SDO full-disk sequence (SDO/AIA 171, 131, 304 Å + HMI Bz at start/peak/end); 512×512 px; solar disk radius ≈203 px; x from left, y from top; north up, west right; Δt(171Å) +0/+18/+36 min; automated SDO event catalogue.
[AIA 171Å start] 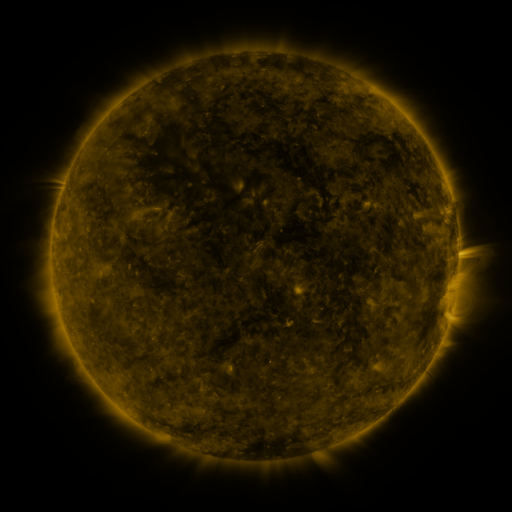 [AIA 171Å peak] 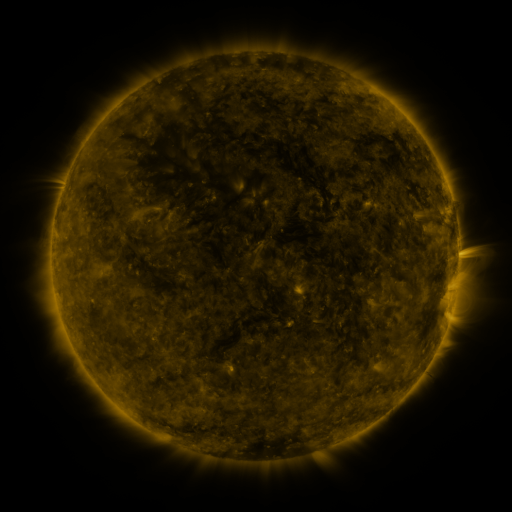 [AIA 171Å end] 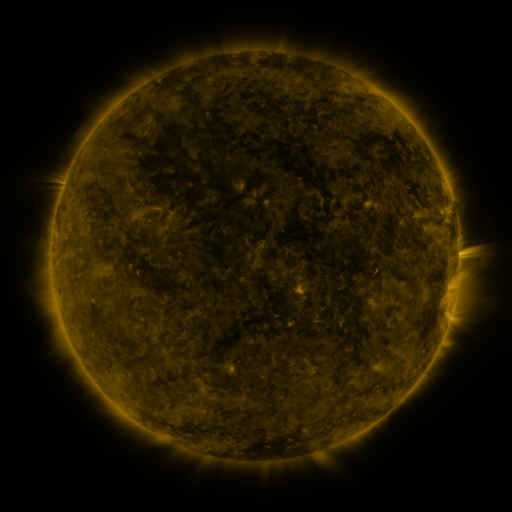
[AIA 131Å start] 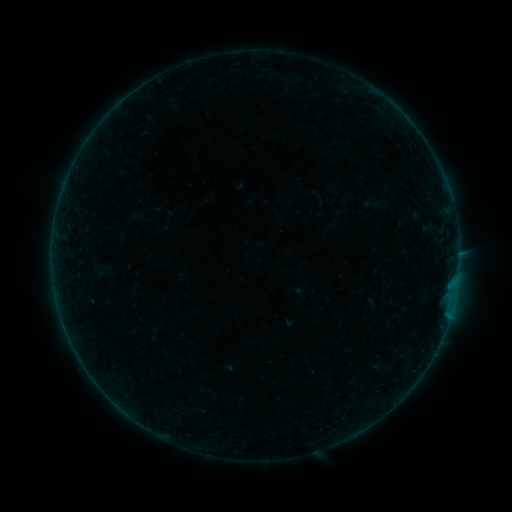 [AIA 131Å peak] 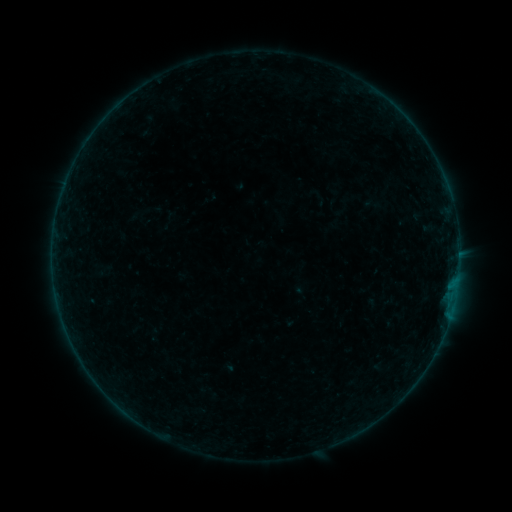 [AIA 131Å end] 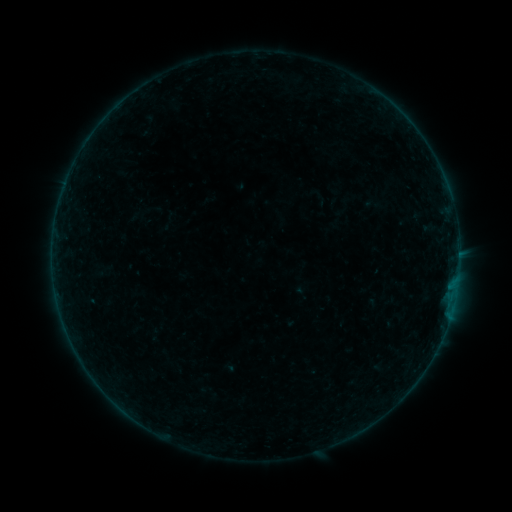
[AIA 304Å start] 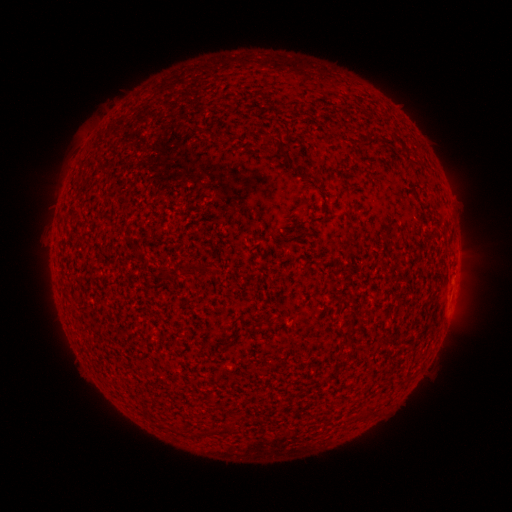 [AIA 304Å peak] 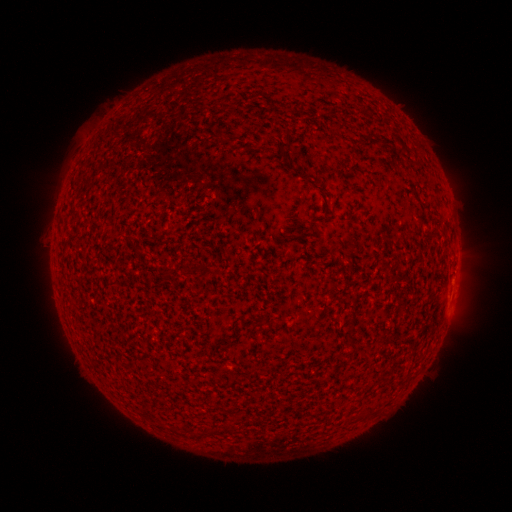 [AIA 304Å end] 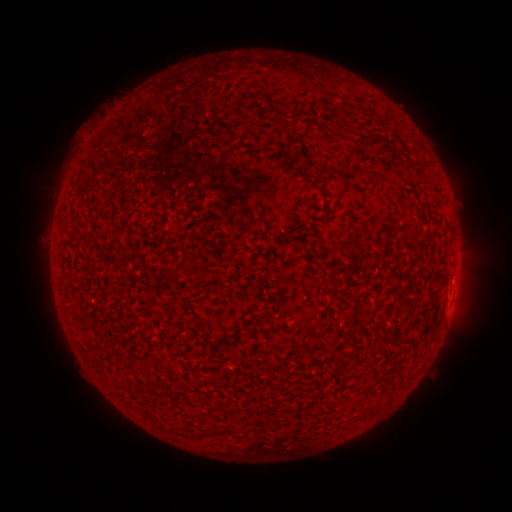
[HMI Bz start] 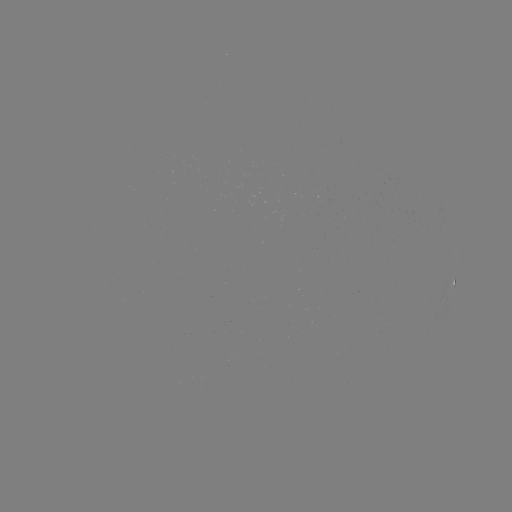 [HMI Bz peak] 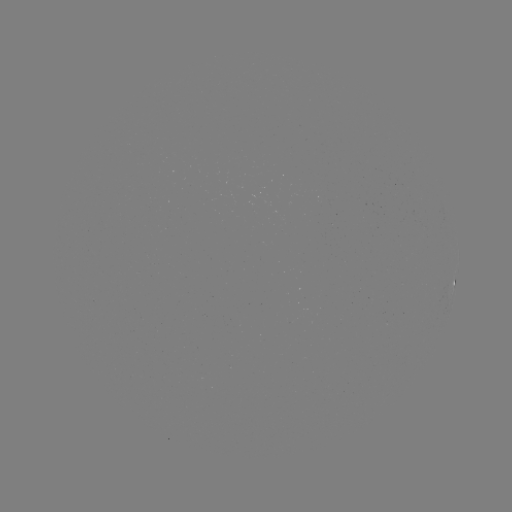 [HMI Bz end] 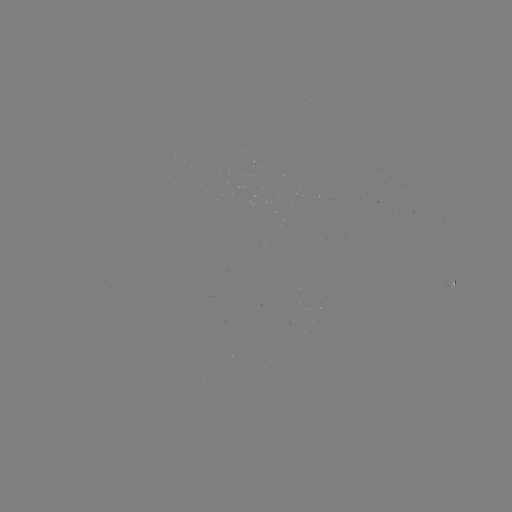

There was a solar flare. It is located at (457, 279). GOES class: A6.4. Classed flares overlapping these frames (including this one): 1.